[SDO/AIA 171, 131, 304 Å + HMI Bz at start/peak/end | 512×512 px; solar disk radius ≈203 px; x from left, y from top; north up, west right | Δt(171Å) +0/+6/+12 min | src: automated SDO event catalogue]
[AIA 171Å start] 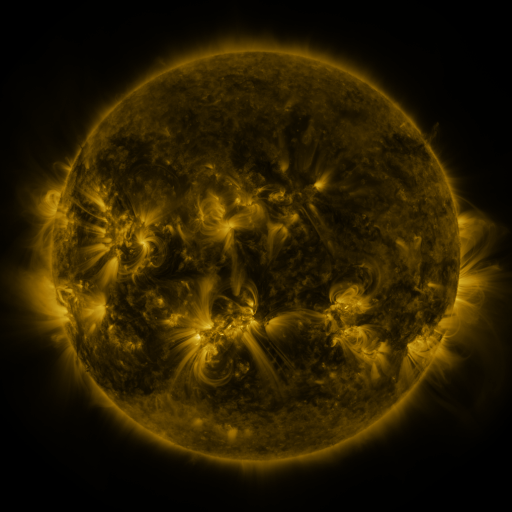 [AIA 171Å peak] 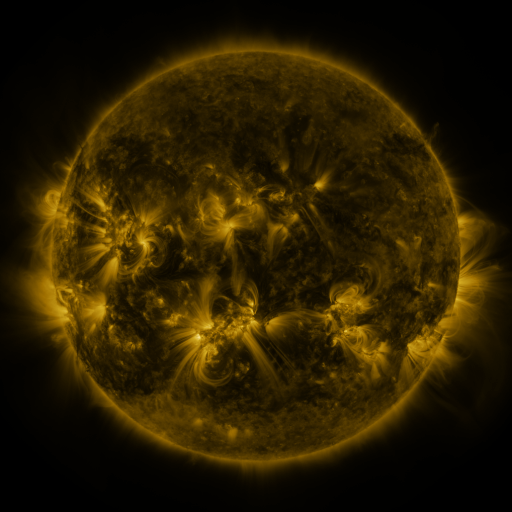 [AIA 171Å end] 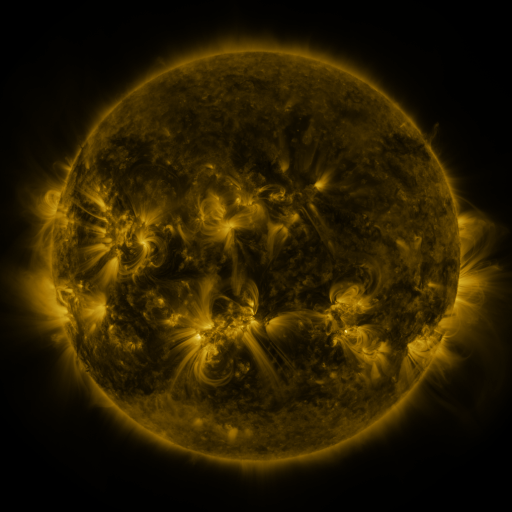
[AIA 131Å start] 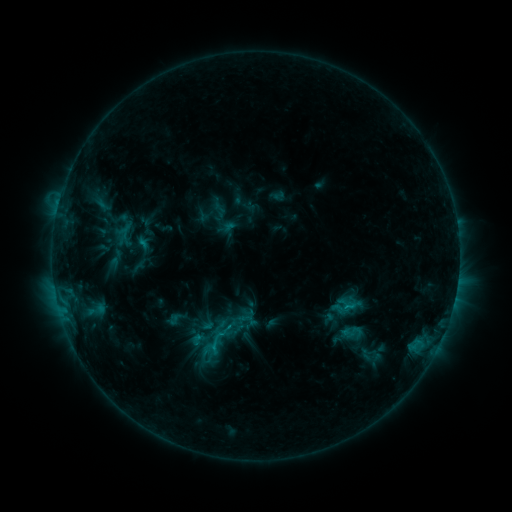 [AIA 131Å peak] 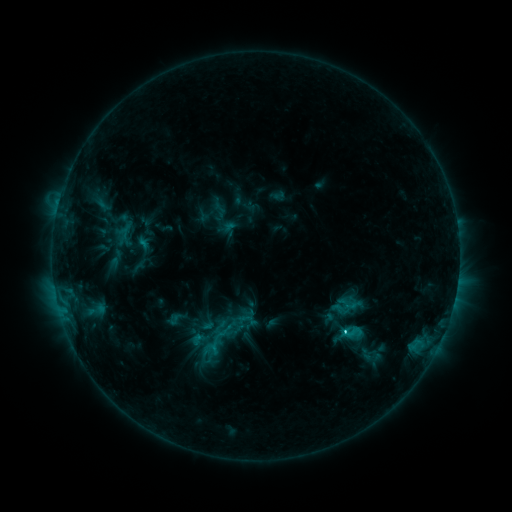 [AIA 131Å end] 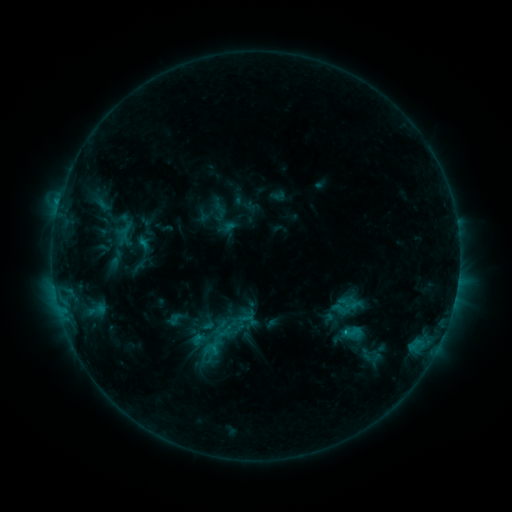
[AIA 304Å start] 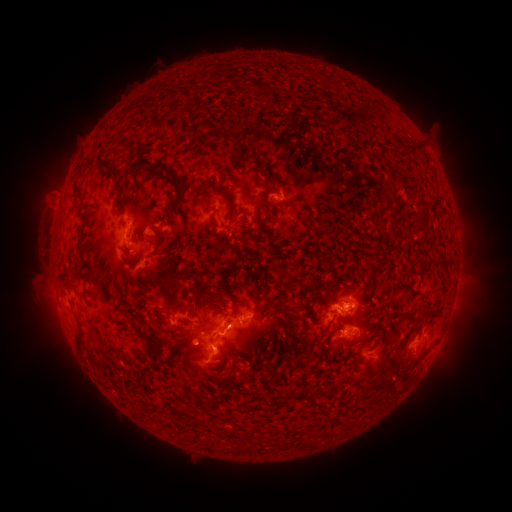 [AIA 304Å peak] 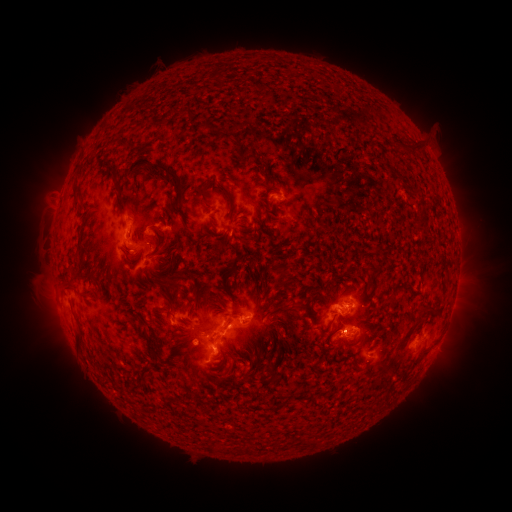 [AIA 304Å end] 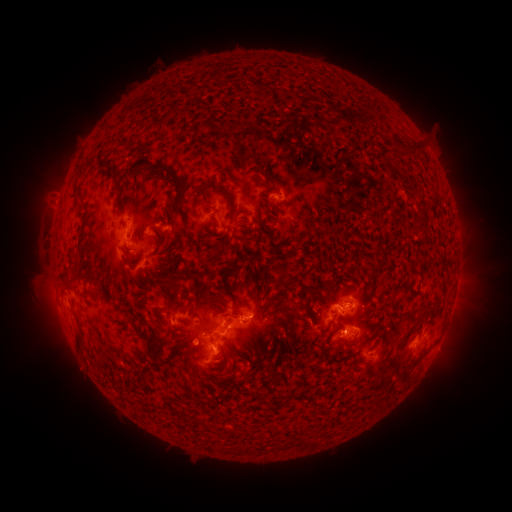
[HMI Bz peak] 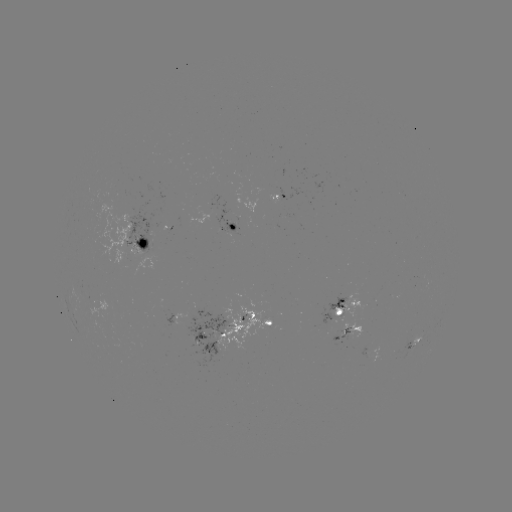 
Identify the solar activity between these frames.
C2.2 flare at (343, 330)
